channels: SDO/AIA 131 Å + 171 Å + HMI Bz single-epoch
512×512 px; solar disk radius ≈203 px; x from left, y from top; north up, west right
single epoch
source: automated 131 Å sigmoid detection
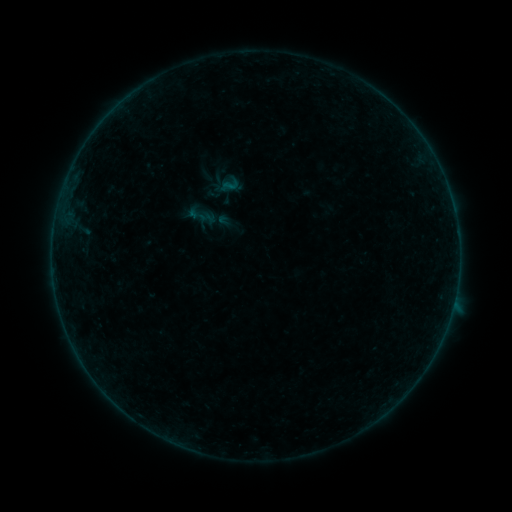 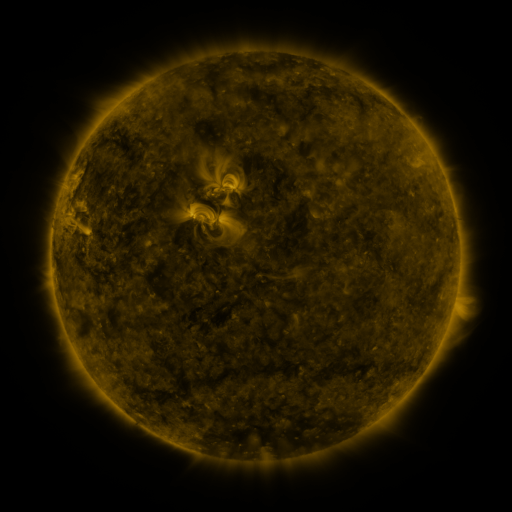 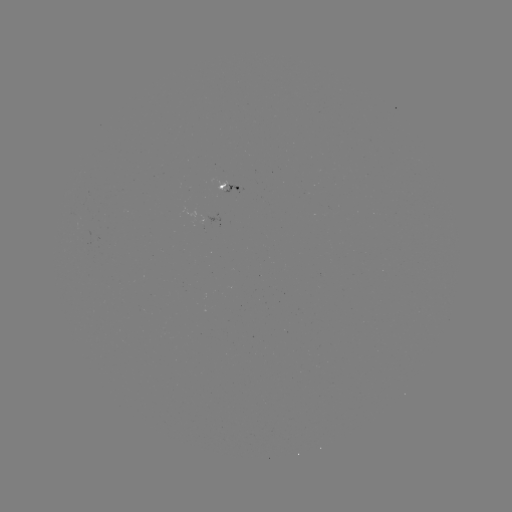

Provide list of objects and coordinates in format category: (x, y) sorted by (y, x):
sigmoid: (196, 215)
